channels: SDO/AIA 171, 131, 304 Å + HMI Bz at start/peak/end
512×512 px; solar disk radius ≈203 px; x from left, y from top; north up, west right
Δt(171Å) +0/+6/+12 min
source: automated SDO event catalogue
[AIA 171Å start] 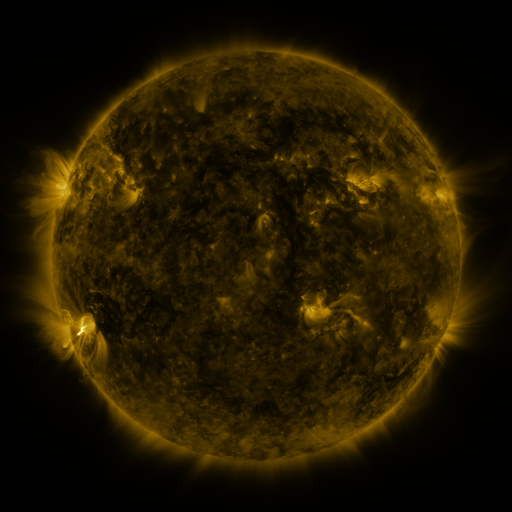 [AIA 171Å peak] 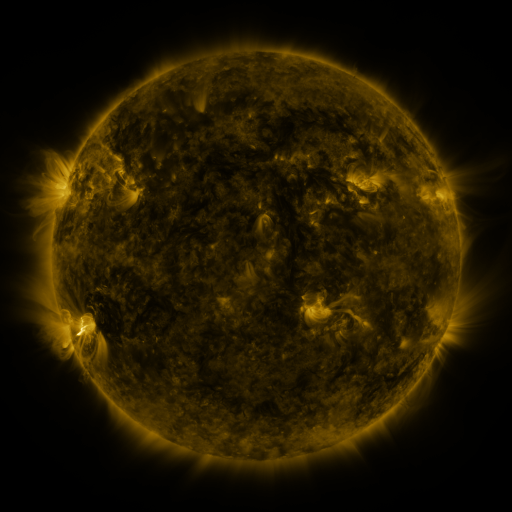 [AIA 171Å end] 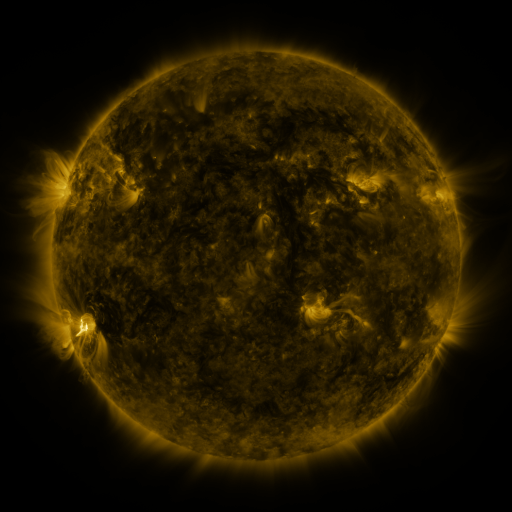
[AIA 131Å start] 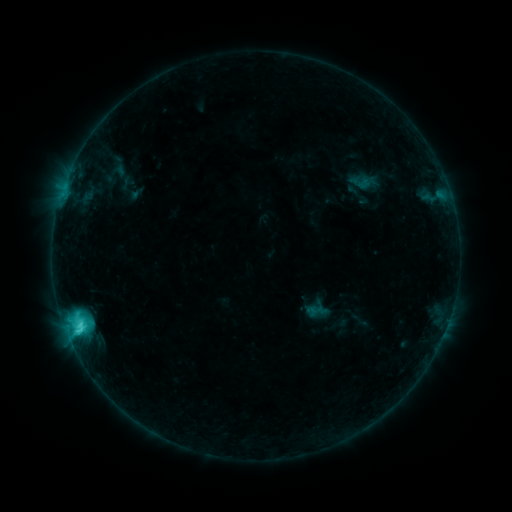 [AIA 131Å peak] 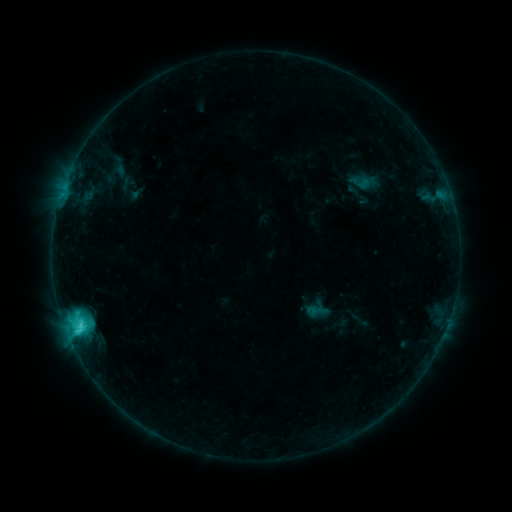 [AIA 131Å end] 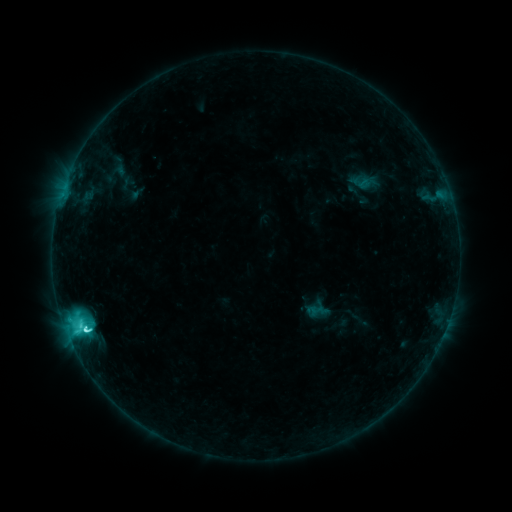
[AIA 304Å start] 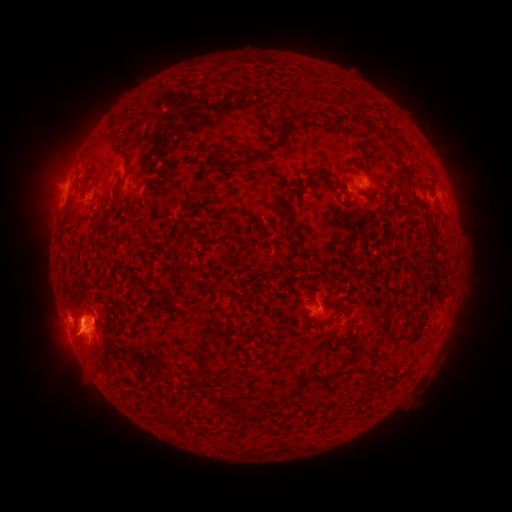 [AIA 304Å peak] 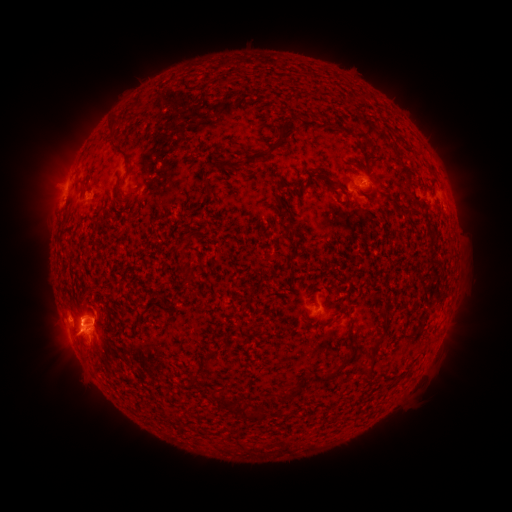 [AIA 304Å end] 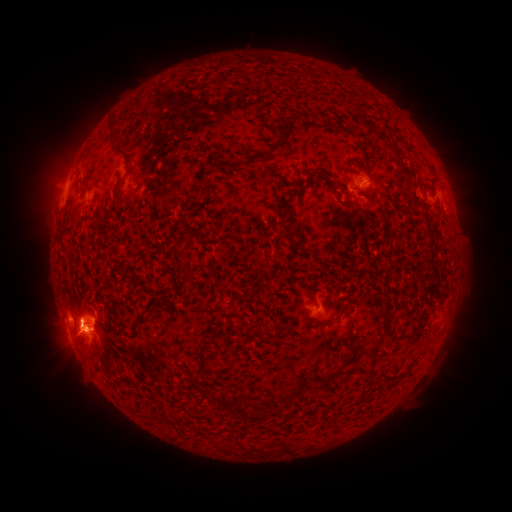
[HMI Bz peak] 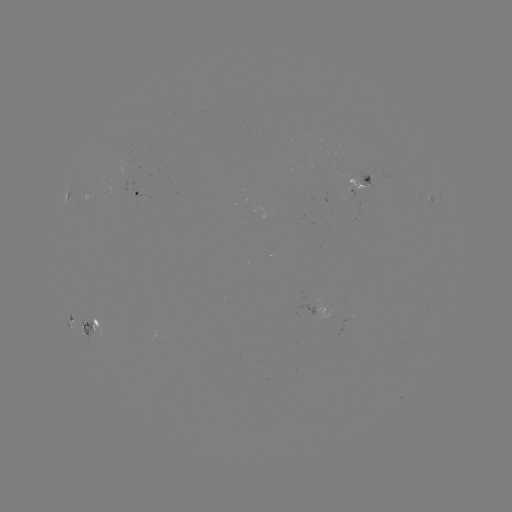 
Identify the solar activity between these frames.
C7.7 flare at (86, 327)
